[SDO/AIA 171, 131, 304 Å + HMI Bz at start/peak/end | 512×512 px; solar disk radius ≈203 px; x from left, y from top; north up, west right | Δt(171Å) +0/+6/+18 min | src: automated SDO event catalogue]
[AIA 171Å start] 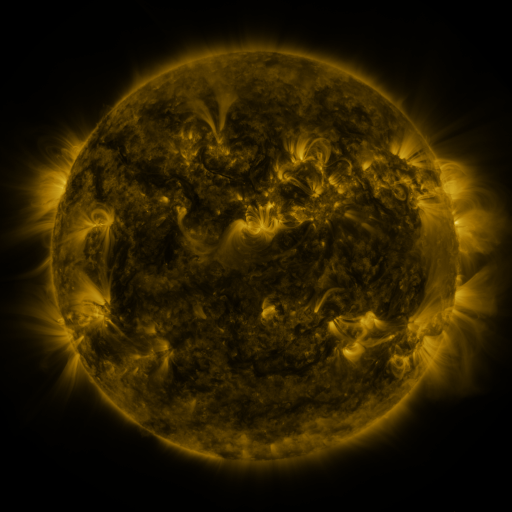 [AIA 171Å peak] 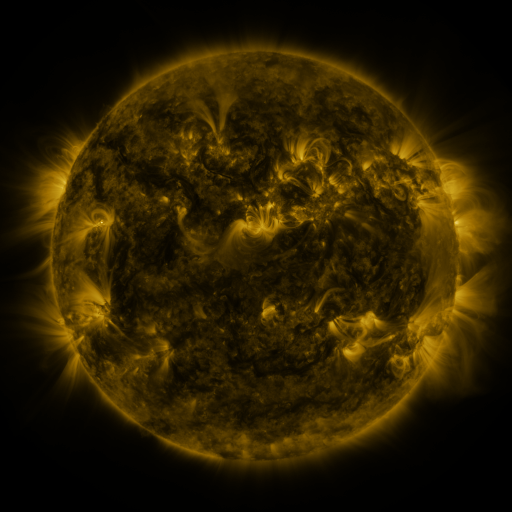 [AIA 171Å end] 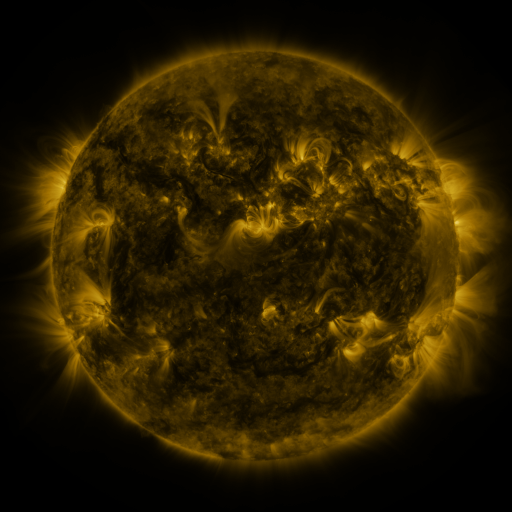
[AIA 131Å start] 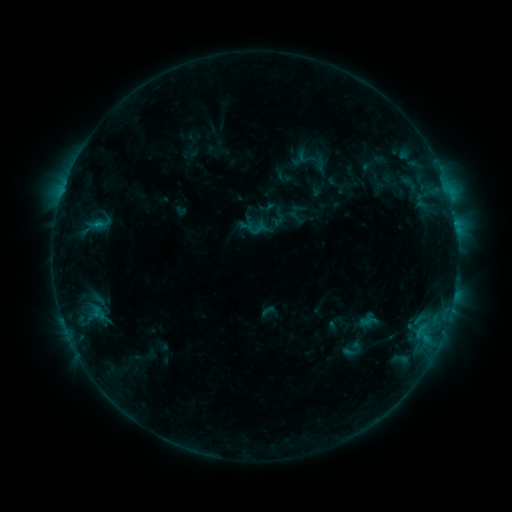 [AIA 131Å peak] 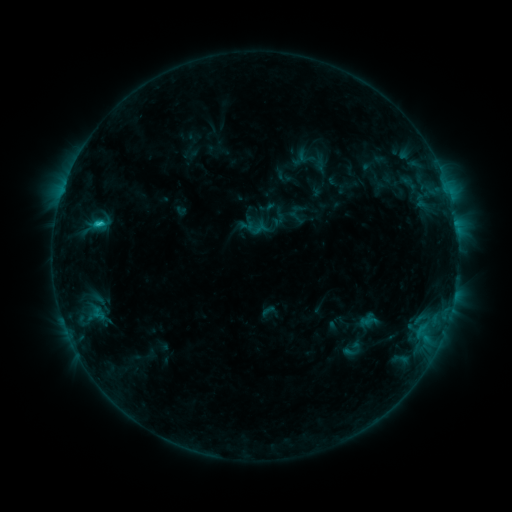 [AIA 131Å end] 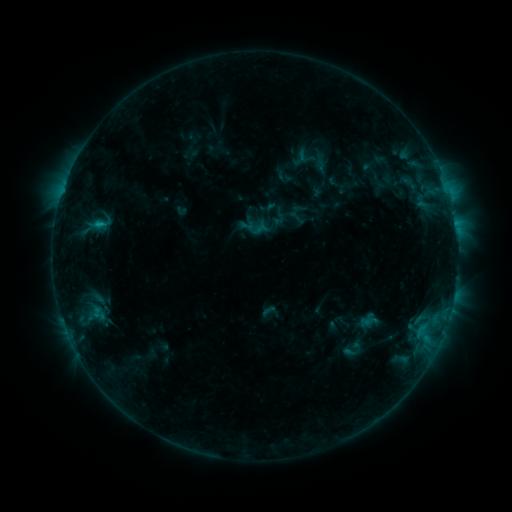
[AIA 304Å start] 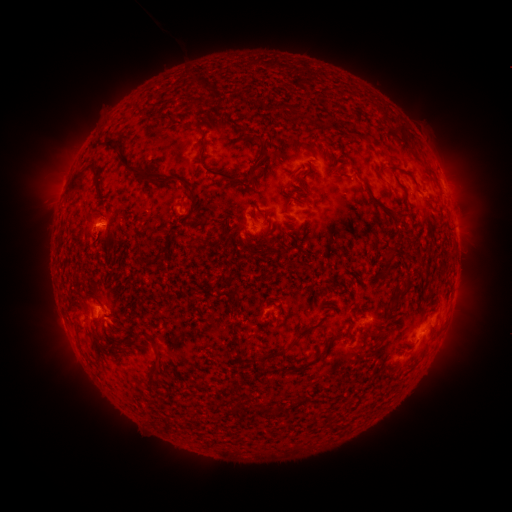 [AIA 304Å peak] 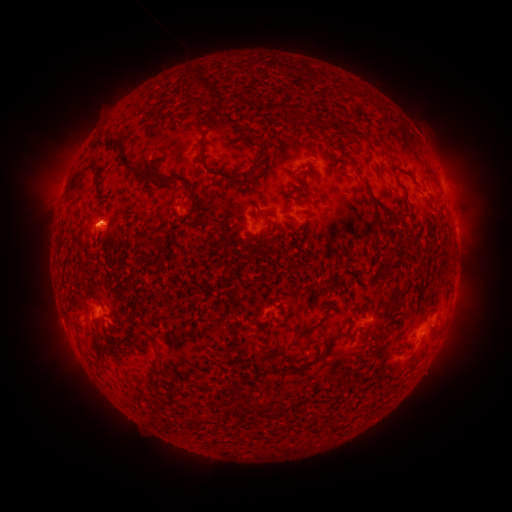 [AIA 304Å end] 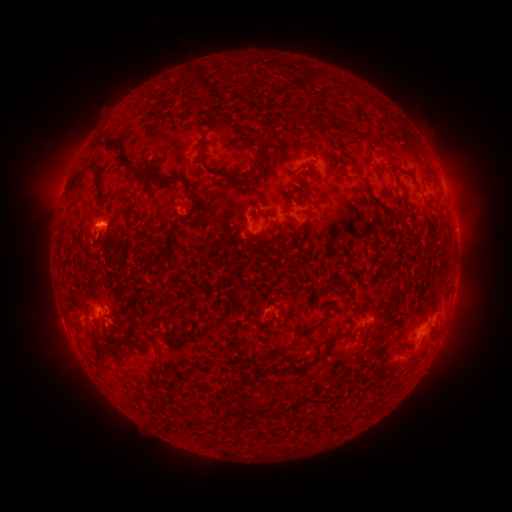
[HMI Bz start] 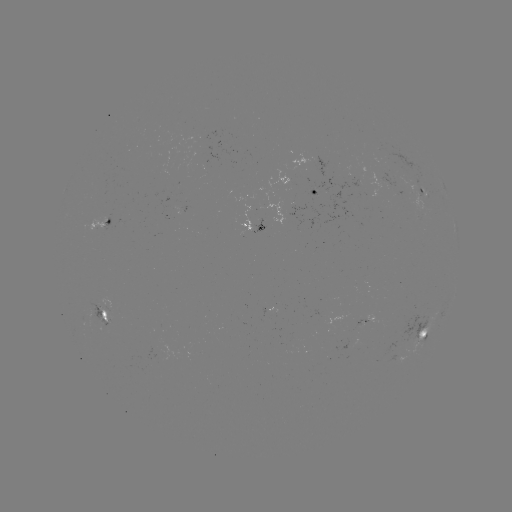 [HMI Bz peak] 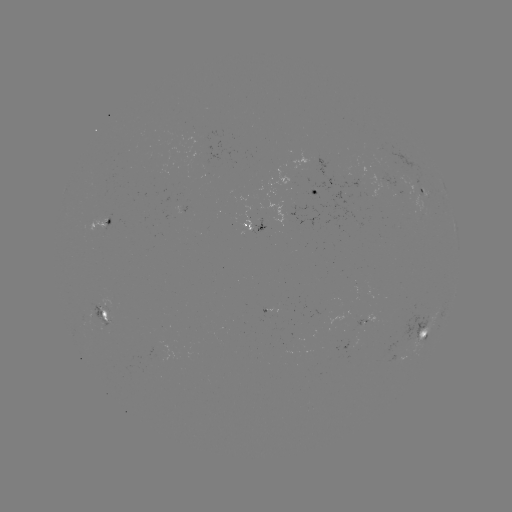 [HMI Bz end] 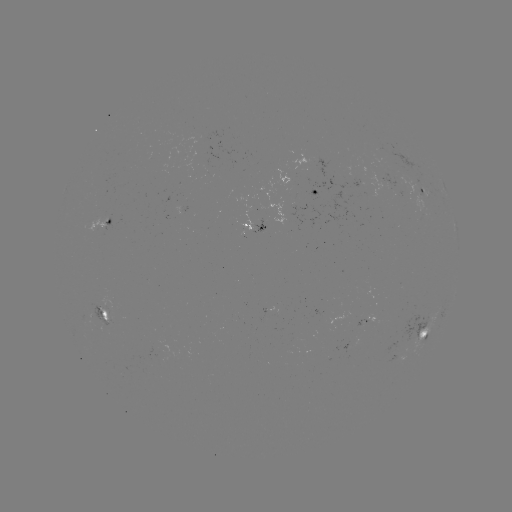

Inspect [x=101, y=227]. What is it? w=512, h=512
C1.2 flare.